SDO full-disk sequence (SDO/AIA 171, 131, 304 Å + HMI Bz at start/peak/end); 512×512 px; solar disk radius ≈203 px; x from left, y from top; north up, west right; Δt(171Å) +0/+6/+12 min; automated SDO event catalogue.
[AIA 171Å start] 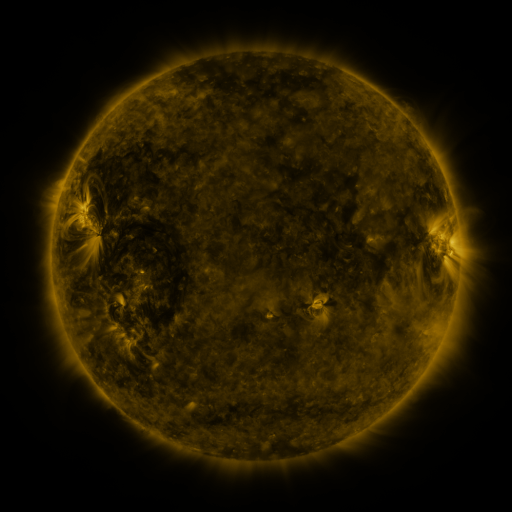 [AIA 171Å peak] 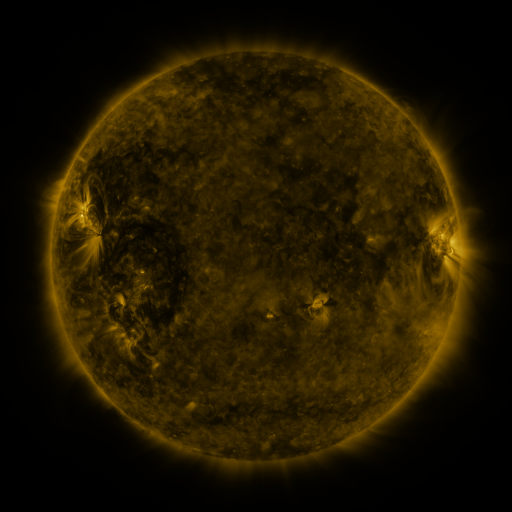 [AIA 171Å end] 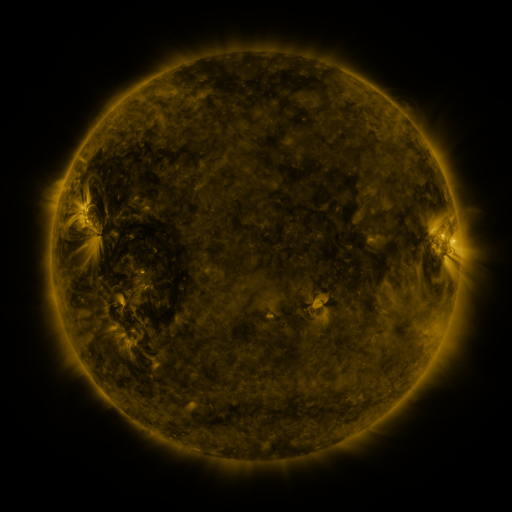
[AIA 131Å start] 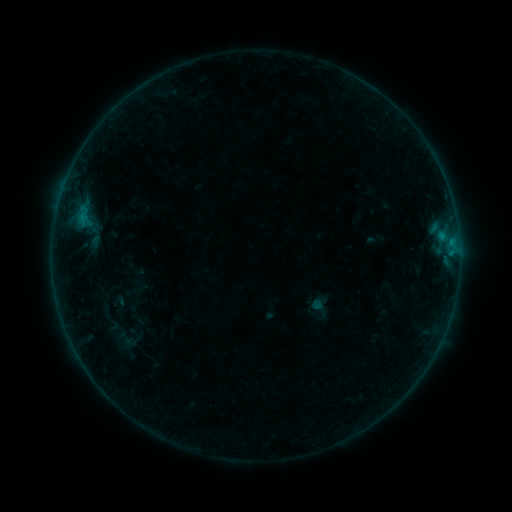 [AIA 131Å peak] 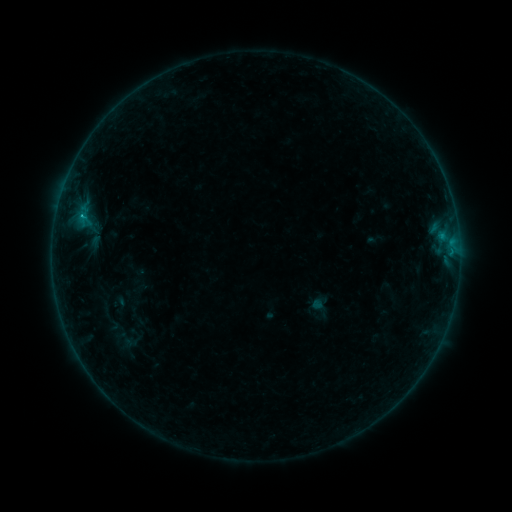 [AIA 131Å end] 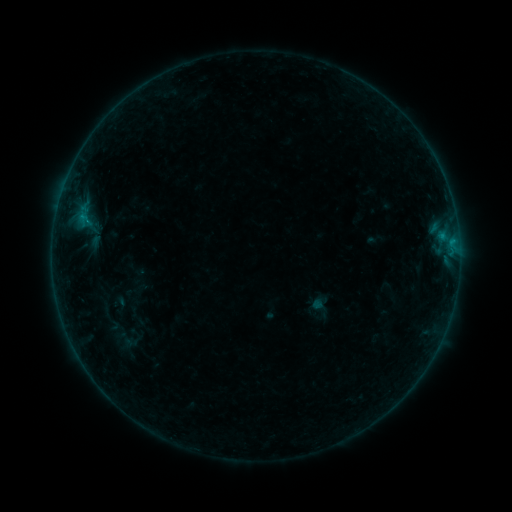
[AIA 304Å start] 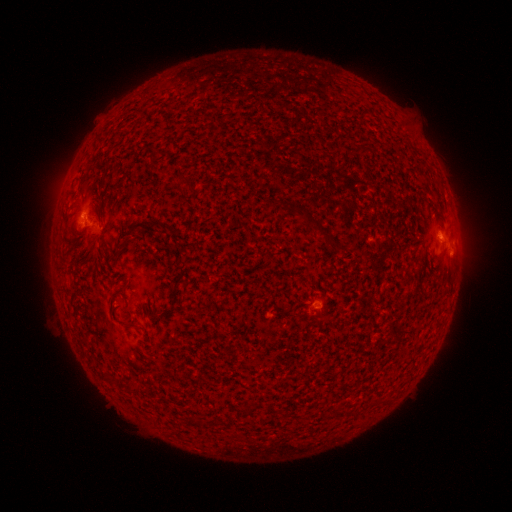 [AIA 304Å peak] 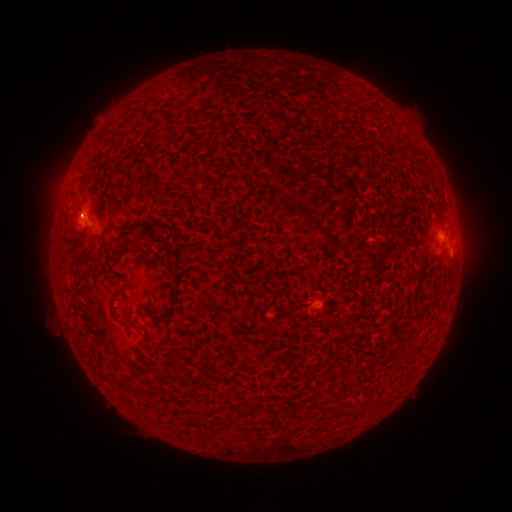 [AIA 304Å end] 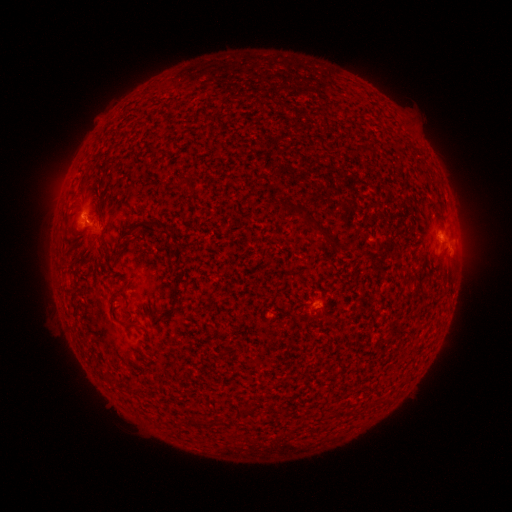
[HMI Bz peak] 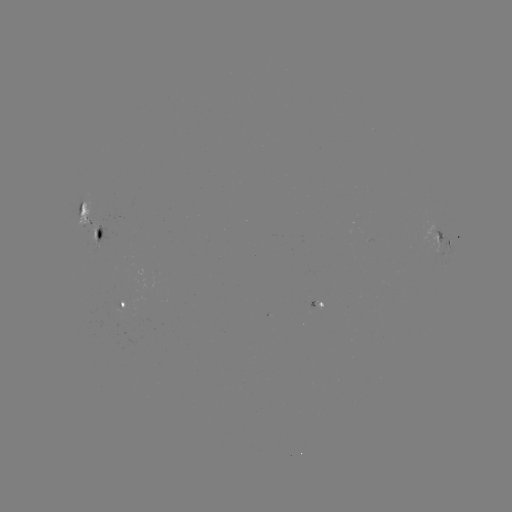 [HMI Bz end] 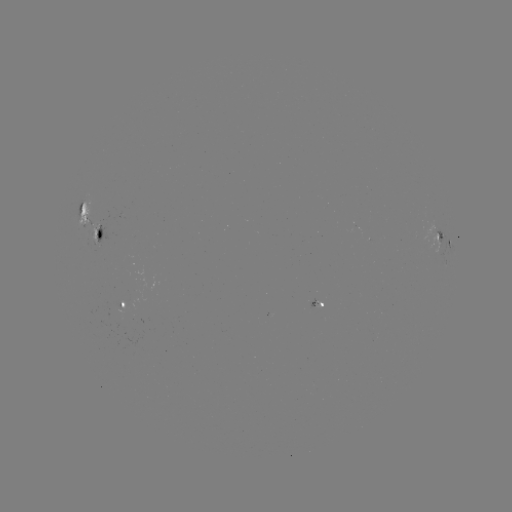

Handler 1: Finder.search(B3.1 flare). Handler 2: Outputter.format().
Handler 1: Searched B3.1 flare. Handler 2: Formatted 83,219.